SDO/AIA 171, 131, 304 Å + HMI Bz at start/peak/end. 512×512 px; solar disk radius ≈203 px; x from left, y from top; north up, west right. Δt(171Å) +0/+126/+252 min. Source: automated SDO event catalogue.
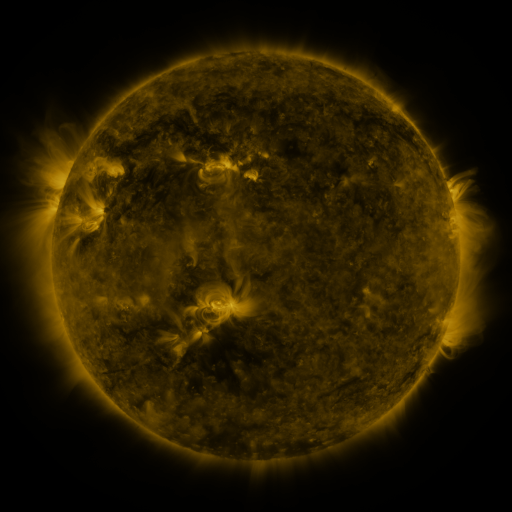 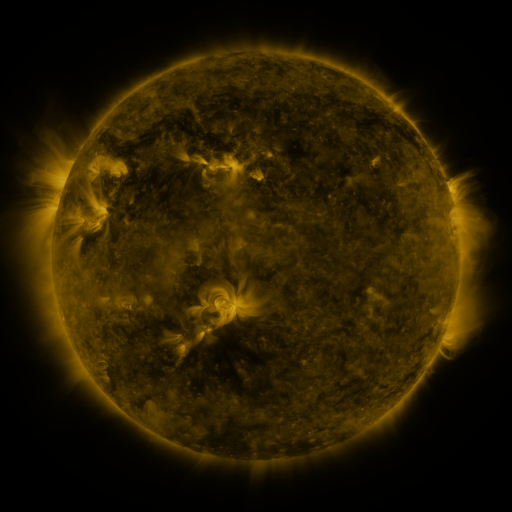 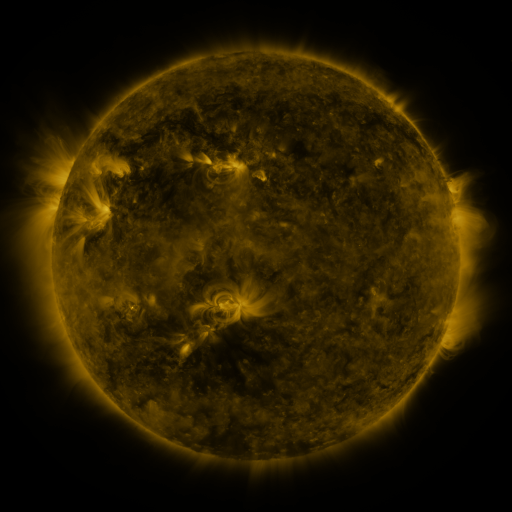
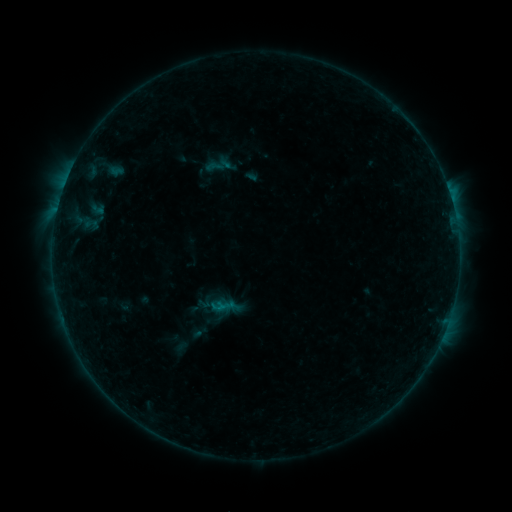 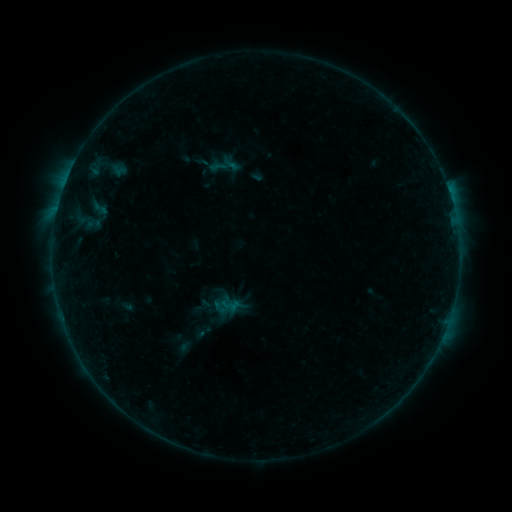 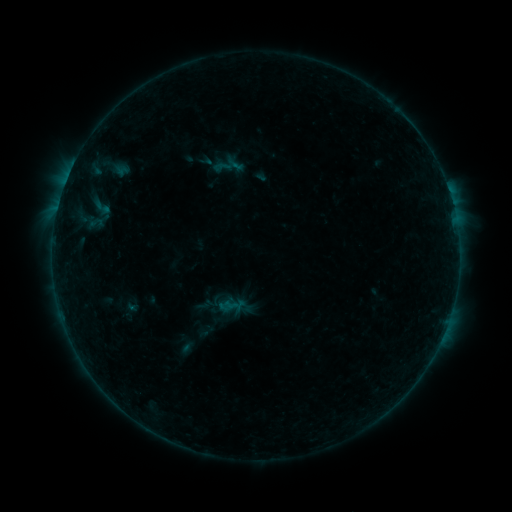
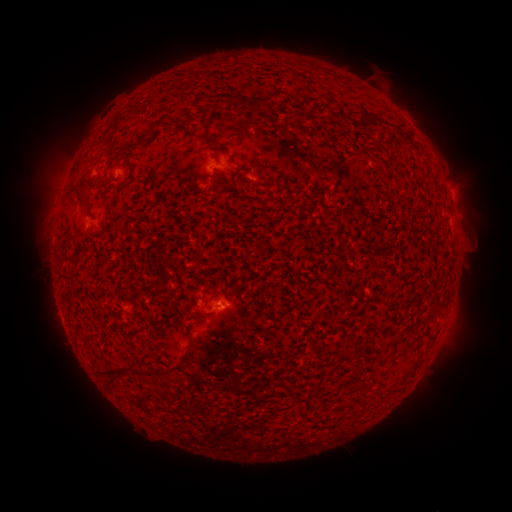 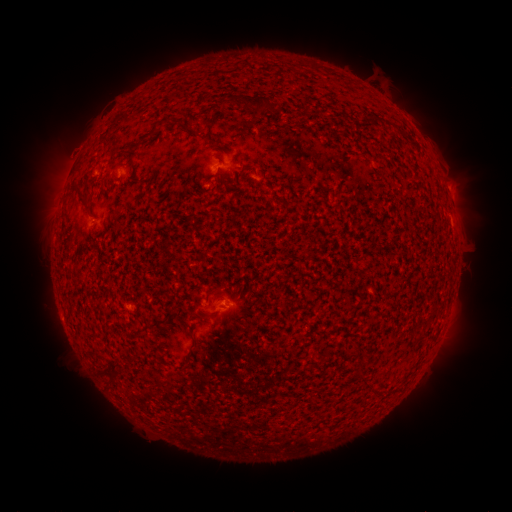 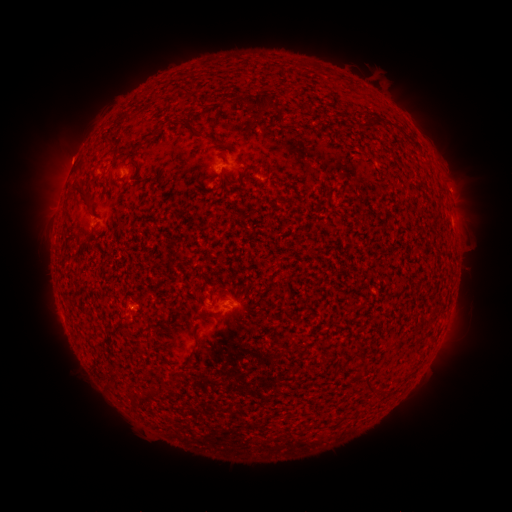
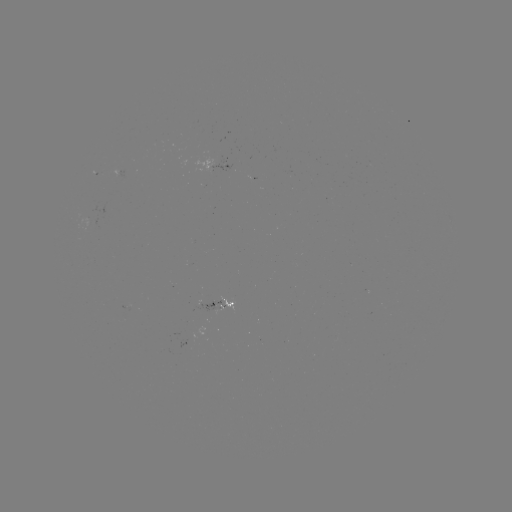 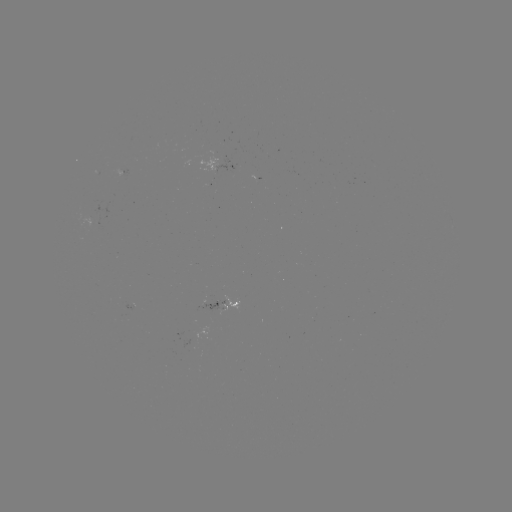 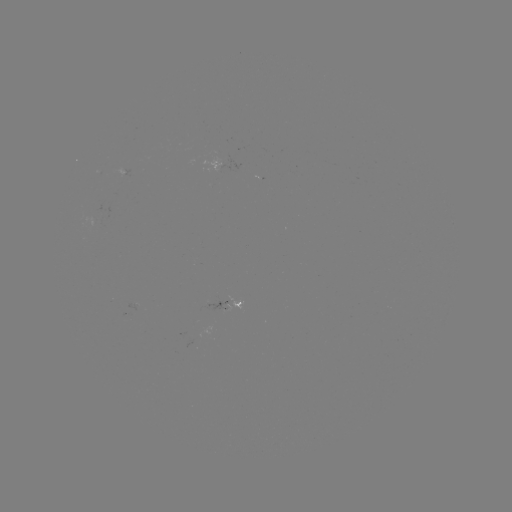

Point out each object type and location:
filament eruption: (80, 157)
